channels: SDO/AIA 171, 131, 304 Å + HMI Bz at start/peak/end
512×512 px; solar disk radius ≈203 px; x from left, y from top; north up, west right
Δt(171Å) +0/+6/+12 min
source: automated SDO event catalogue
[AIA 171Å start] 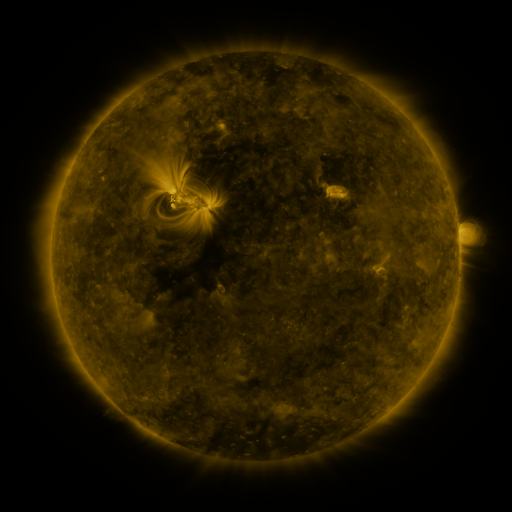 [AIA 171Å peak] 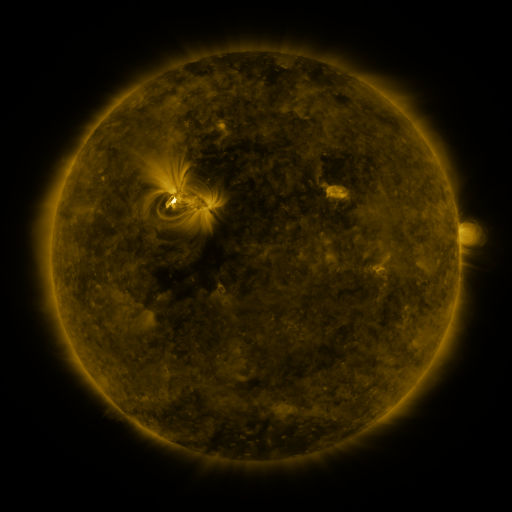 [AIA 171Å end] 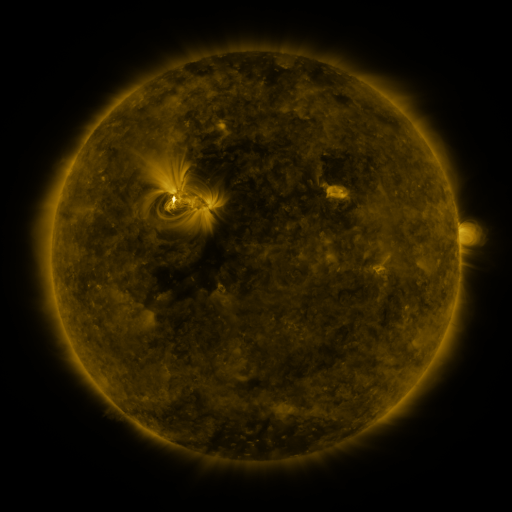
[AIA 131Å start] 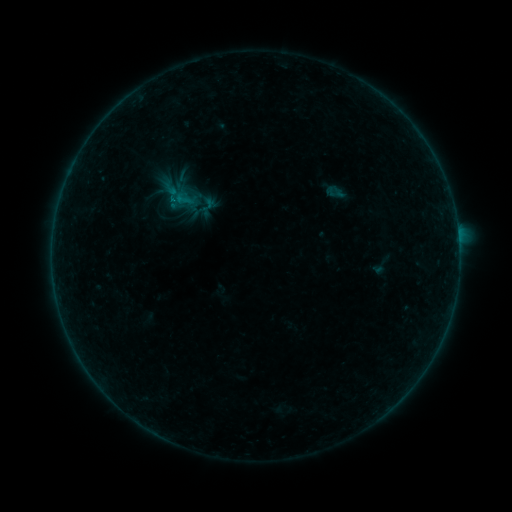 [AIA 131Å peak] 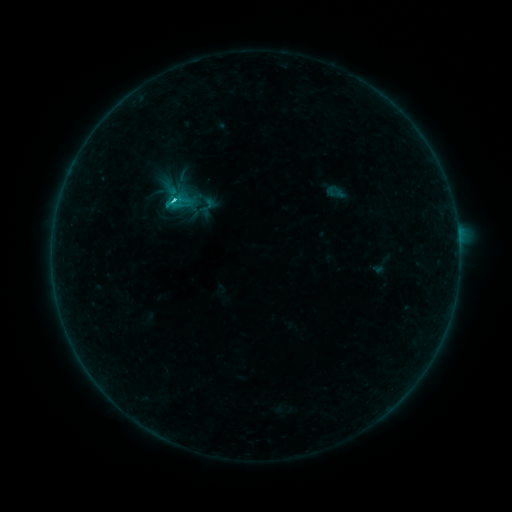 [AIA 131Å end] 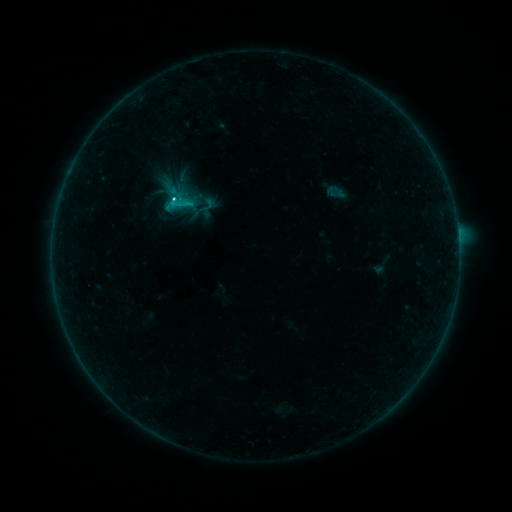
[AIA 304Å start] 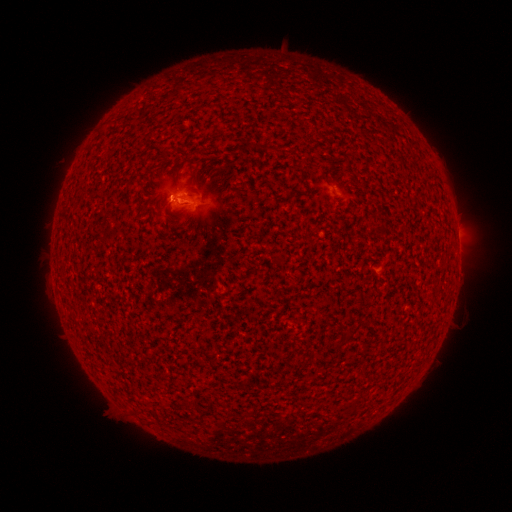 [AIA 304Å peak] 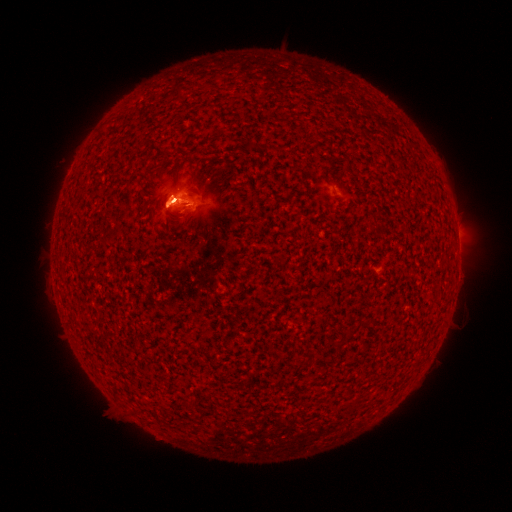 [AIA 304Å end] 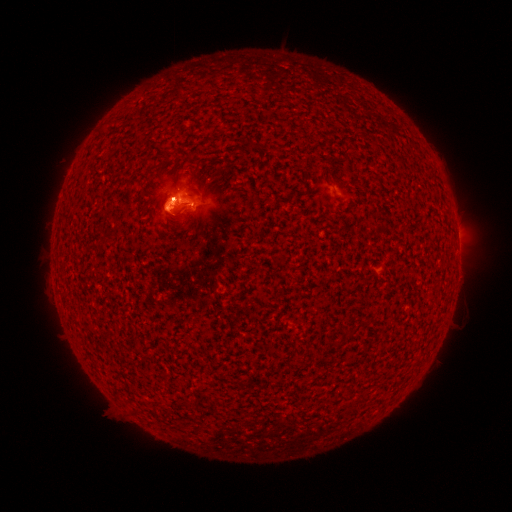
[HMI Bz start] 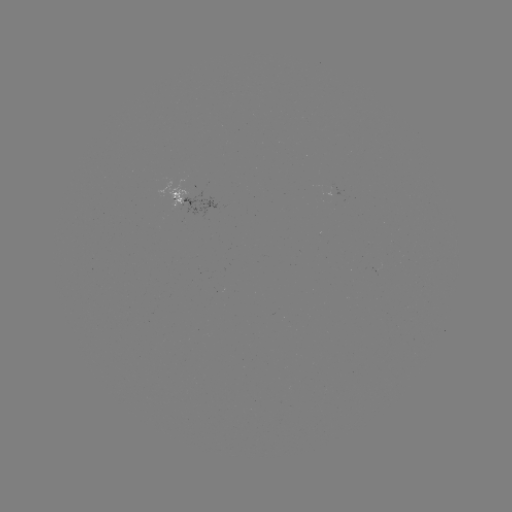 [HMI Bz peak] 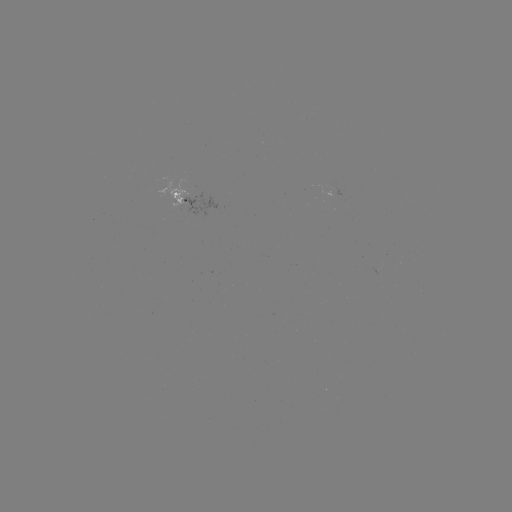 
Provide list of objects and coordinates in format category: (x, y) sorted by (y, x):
C2.7 flare: (175, 203)
